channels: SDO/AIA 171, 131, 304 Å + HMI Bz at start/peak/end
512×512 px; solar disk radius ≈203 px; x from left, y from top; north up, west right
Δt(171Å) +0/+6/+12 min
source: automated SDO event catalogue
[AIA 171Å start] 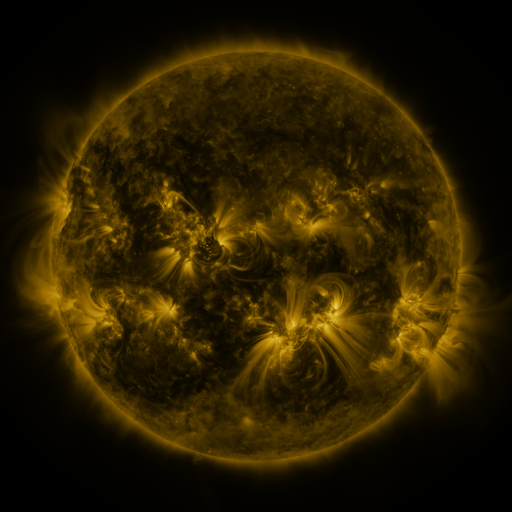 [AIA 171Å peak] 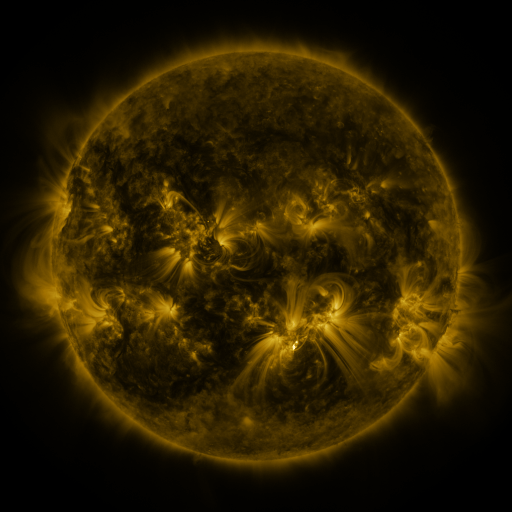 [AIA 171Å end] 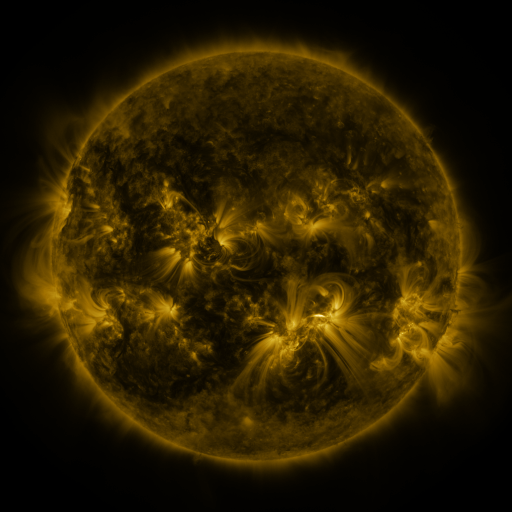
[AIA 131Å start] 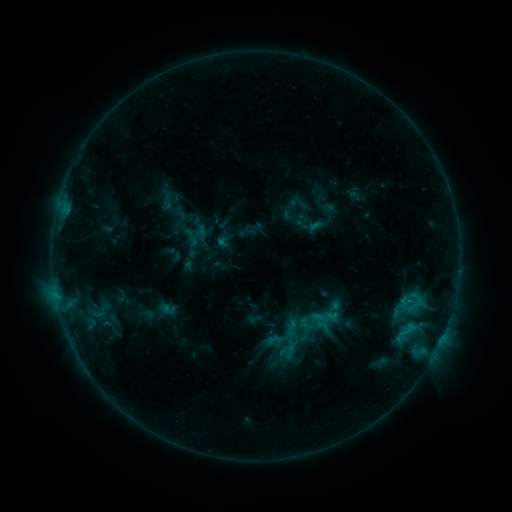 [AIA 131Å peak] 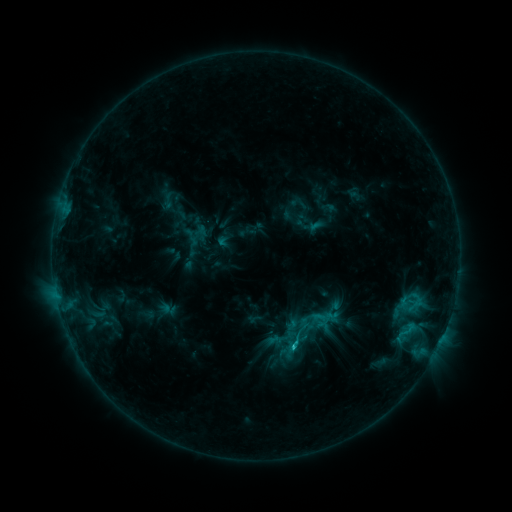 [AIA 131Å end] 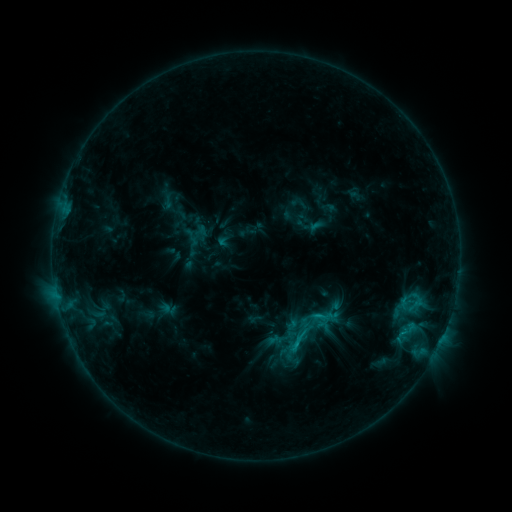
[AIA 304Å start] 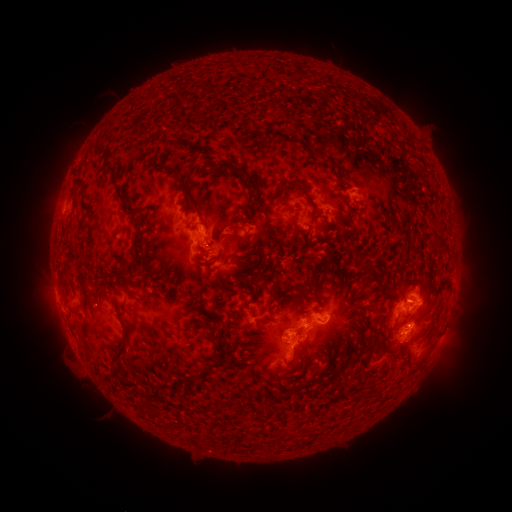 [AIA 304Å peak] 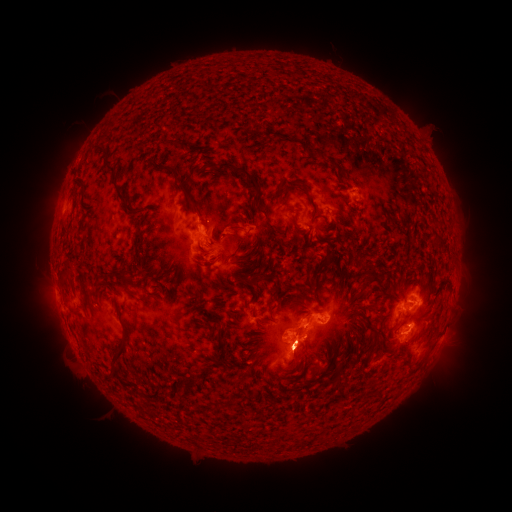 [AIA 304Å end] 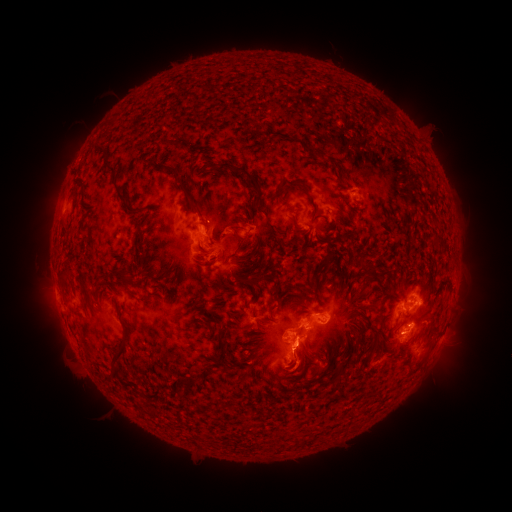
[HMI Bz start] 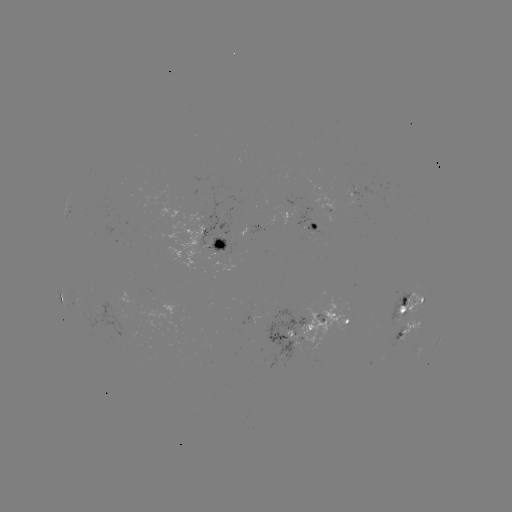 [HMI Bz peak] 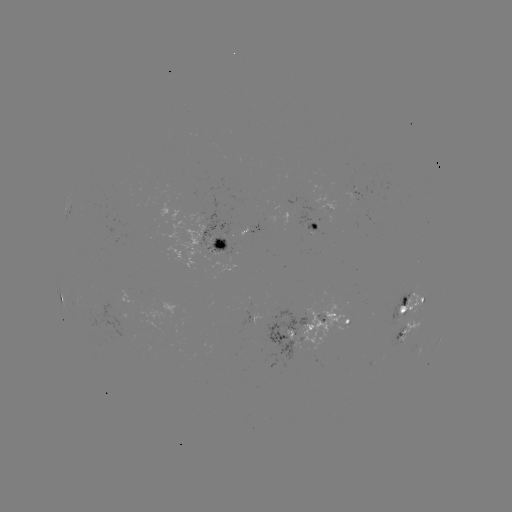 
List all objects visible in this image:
C1.5 flare: (291, 343)
